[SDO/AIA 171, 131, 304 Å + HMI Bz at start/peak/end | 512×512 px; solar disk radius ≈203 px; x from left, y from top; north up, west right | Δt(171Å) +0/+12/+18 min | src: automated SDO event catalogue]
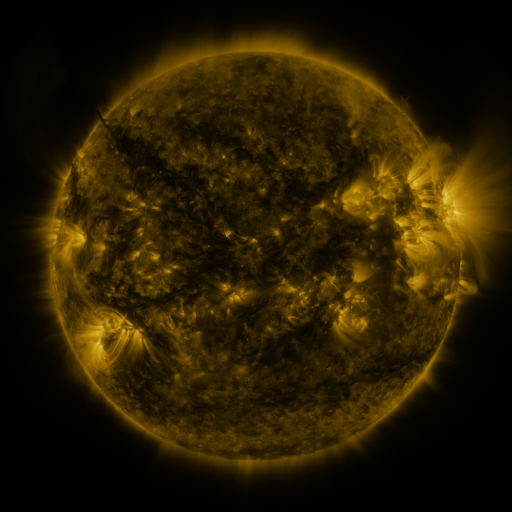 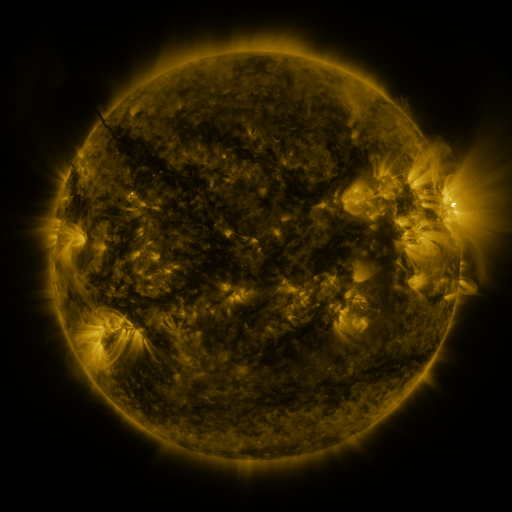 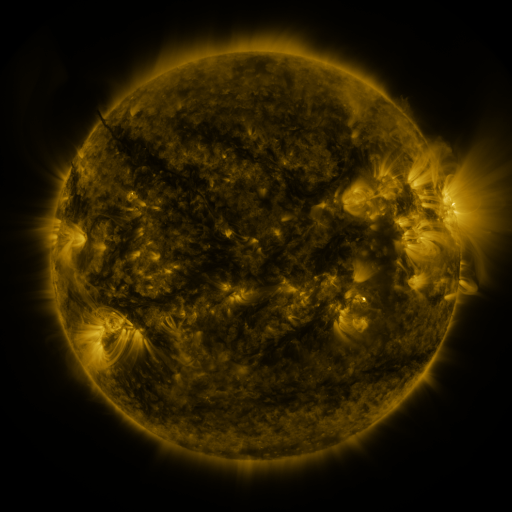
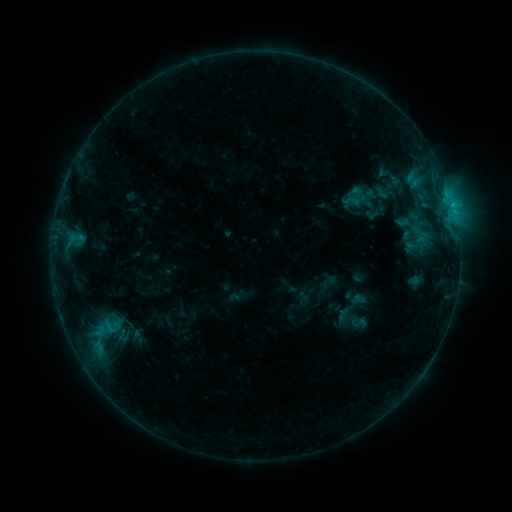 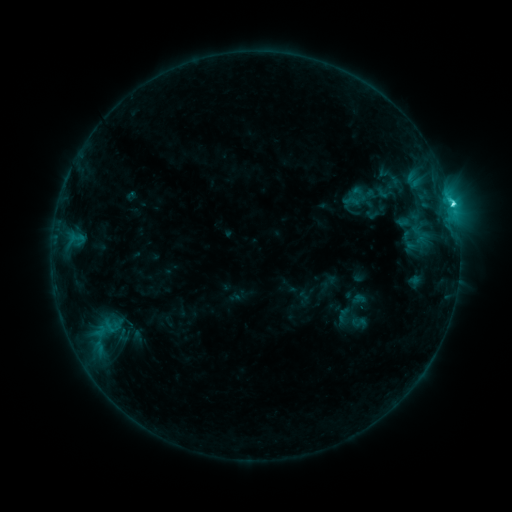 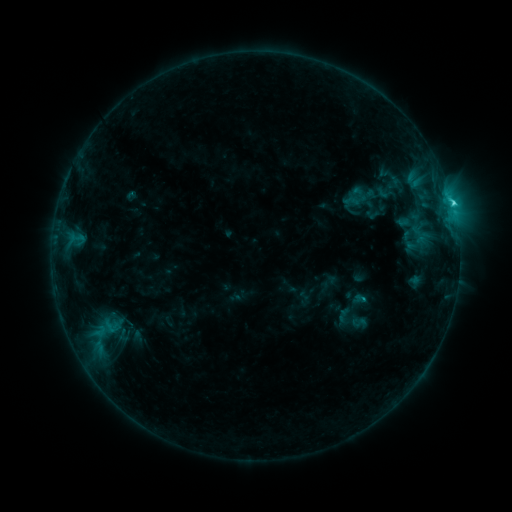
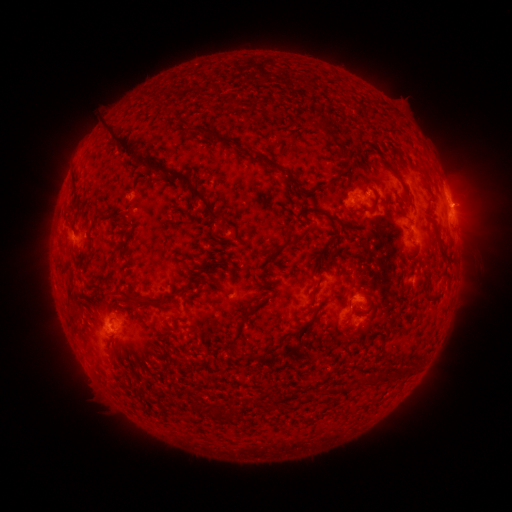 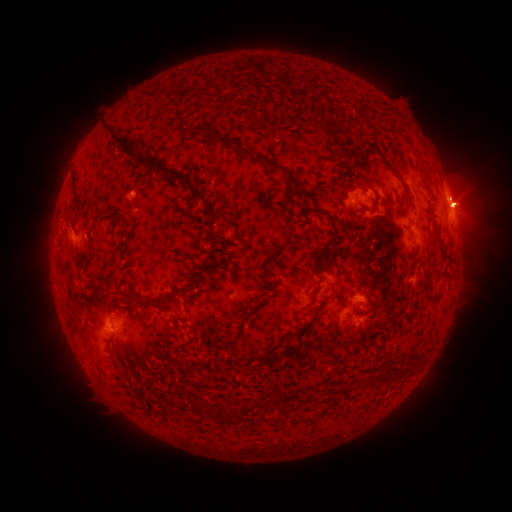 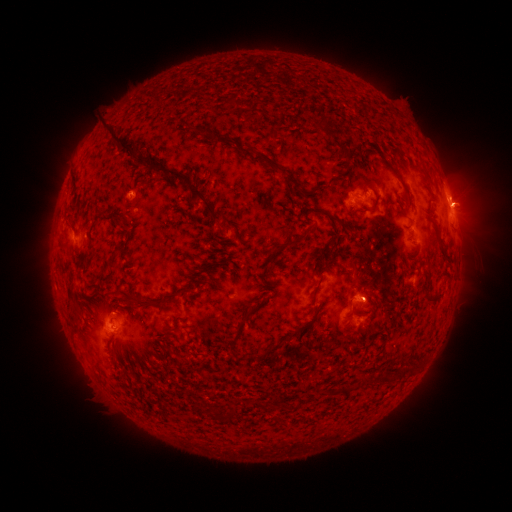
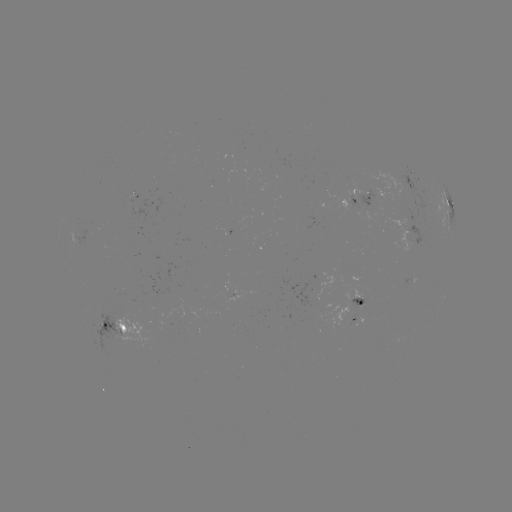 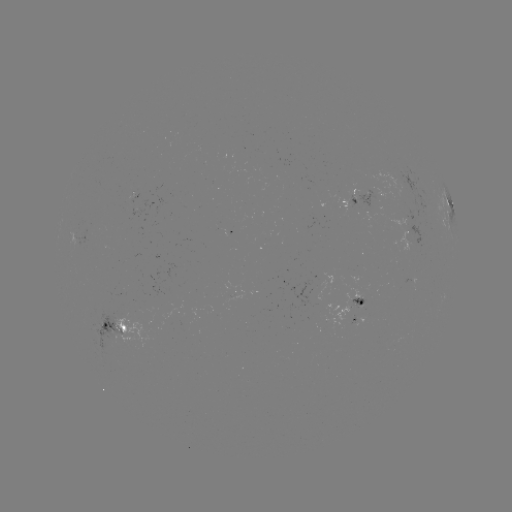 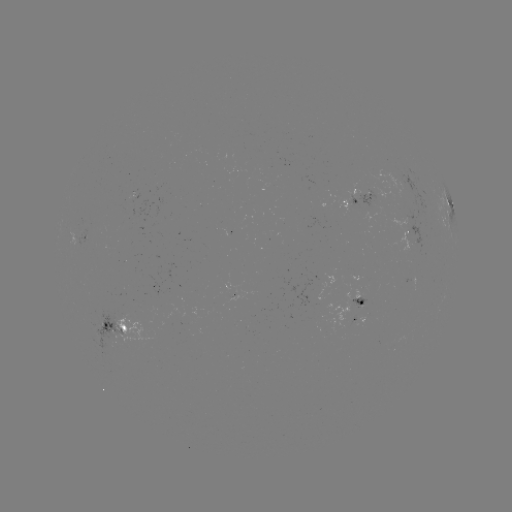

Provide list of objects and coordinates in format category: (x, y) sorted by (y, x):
C2.5 flare: (451, 207)
